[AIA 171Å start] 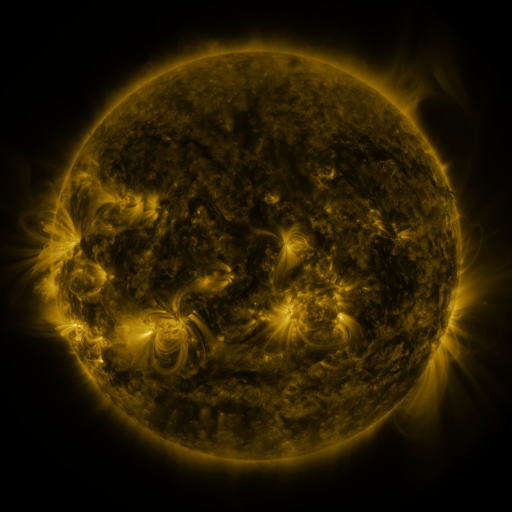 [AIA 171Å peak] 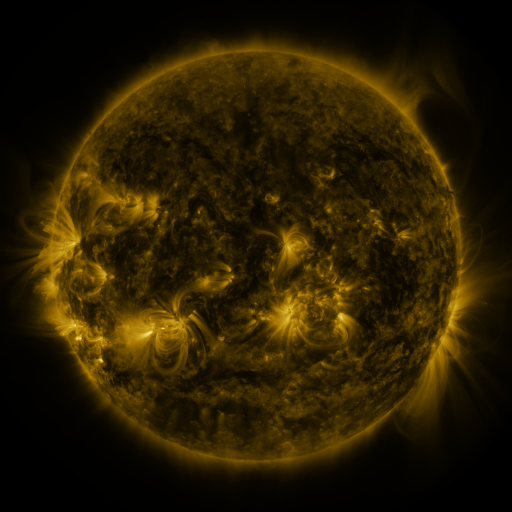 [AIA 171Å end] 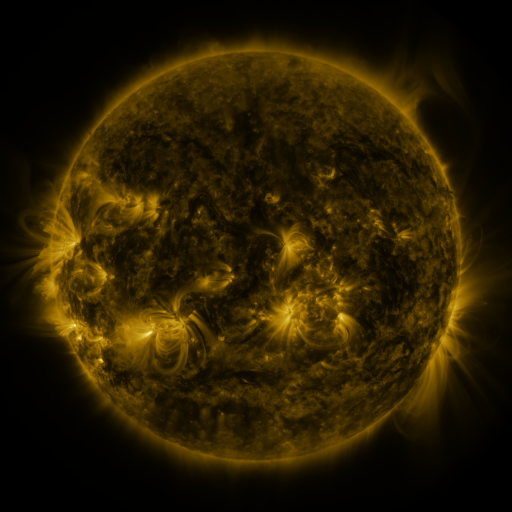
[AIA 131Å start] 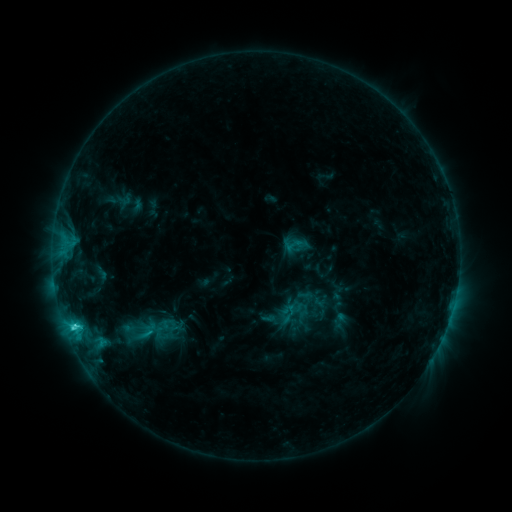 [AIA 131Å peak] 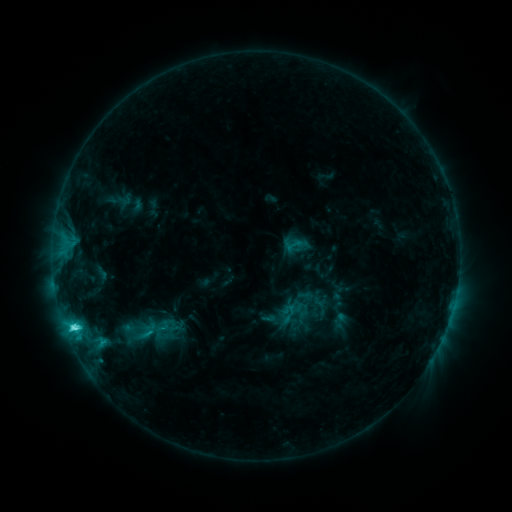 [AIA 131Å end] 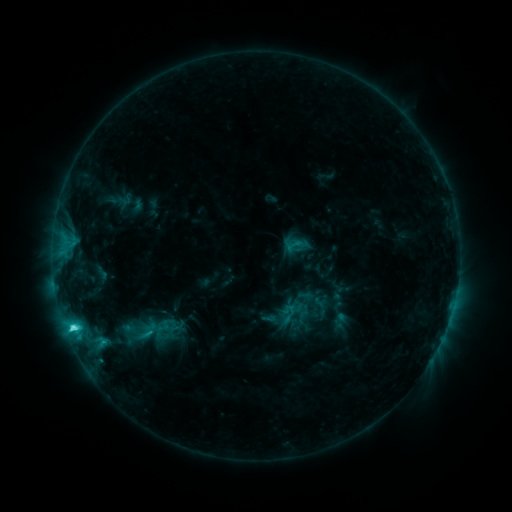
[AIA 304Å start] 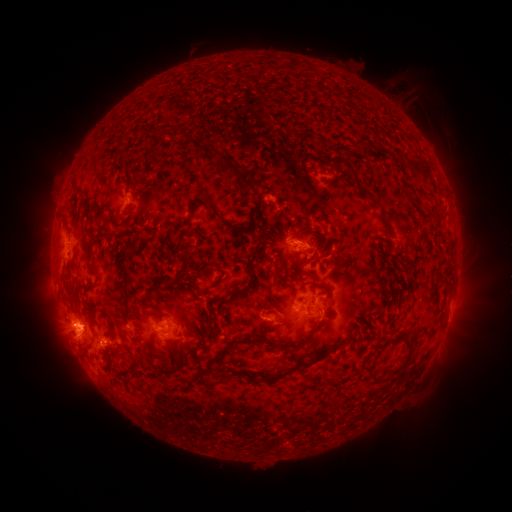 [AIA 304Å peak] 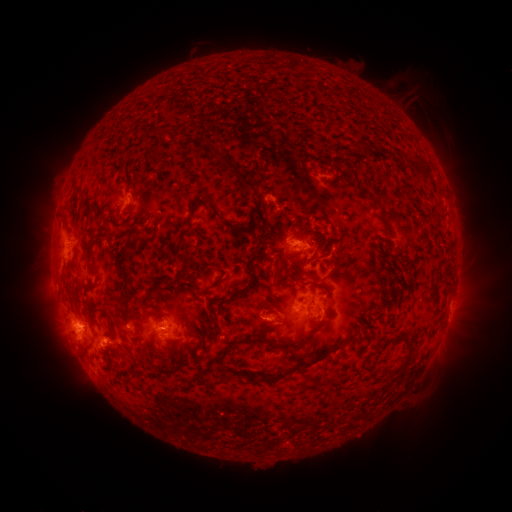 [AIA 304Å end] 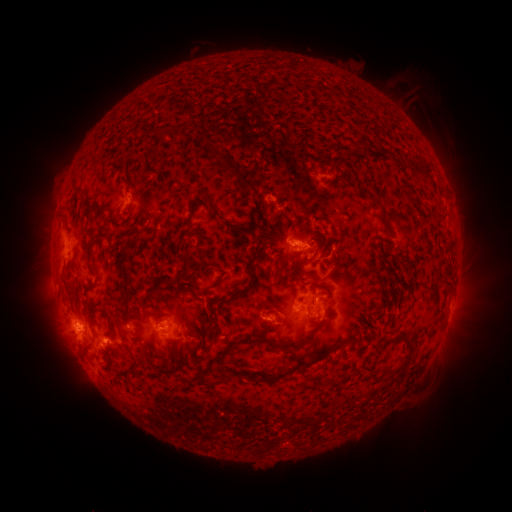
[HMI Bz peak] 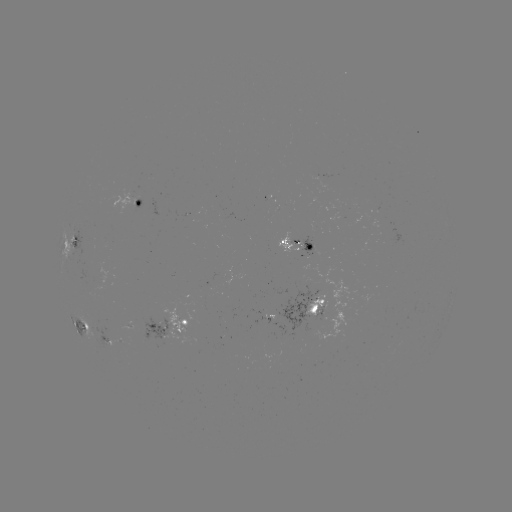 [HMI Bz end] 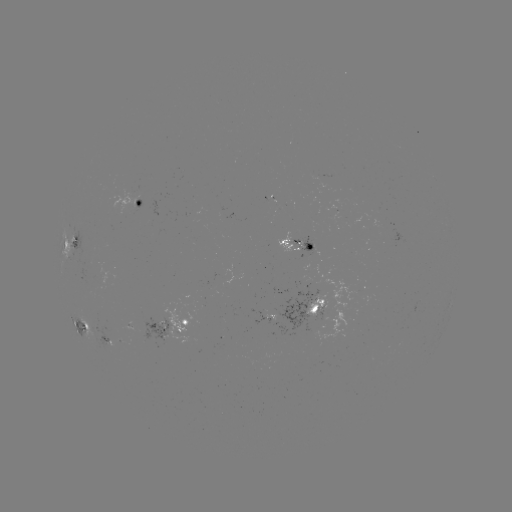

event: flare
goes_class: C4.8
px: (75, 327)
